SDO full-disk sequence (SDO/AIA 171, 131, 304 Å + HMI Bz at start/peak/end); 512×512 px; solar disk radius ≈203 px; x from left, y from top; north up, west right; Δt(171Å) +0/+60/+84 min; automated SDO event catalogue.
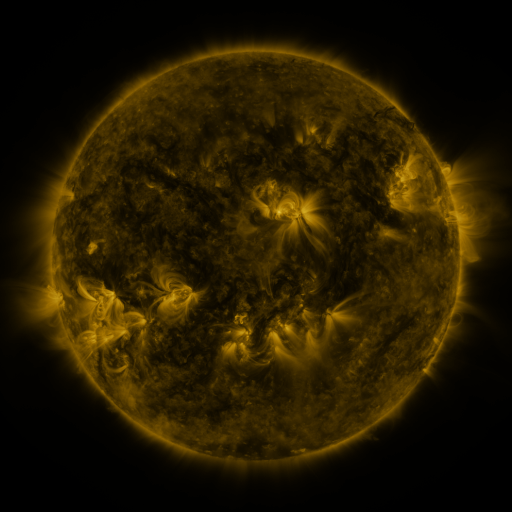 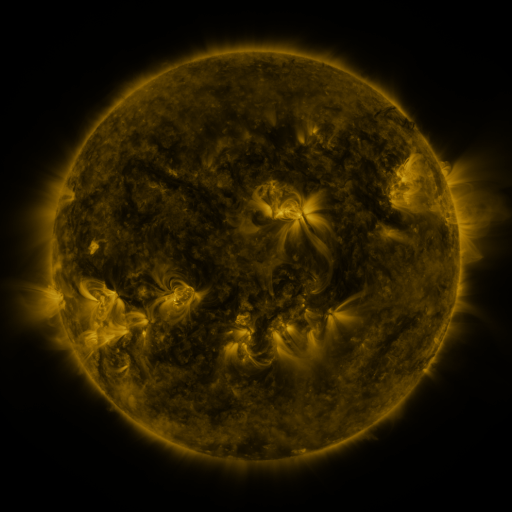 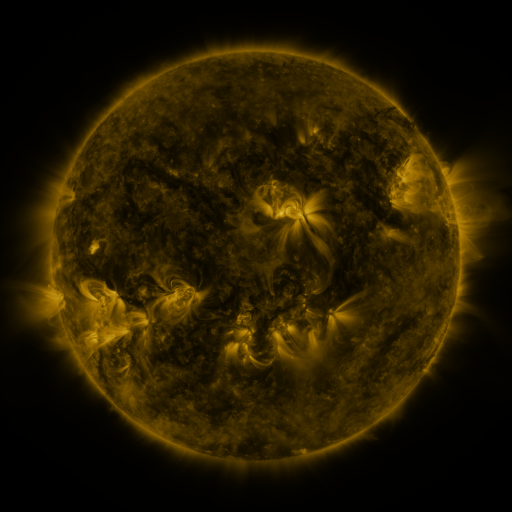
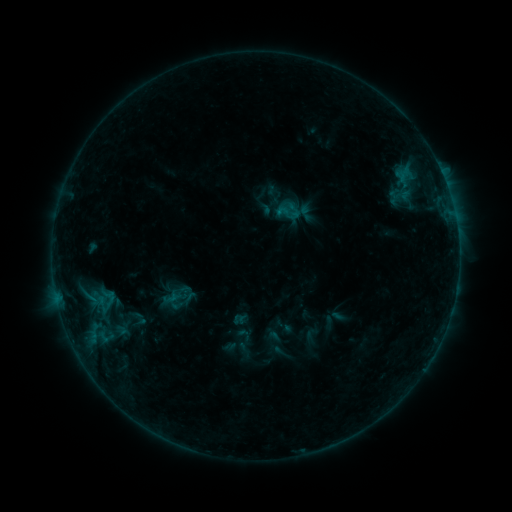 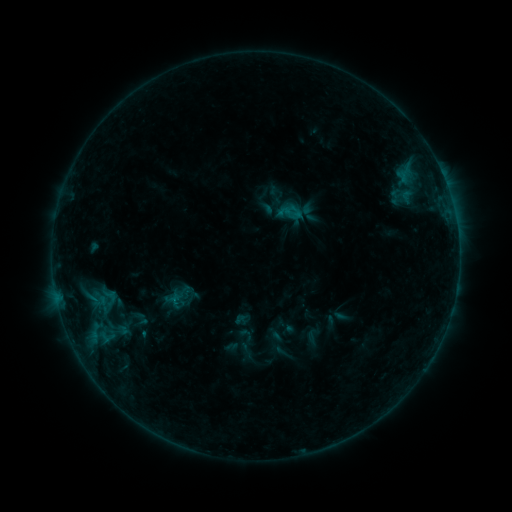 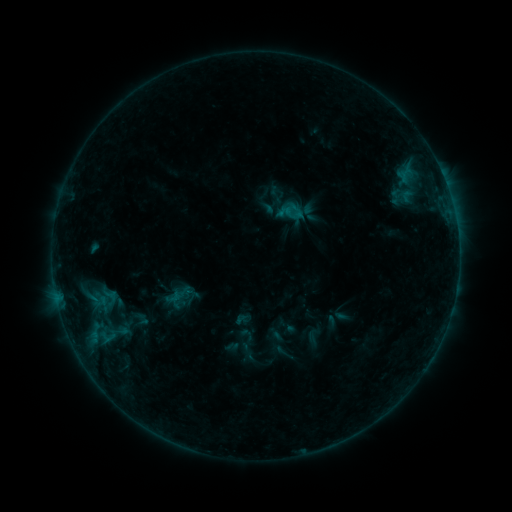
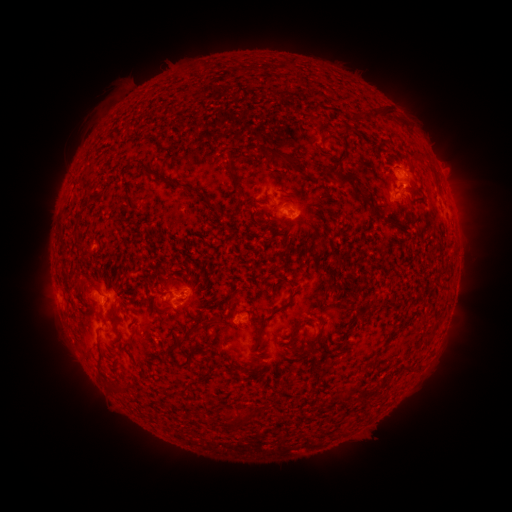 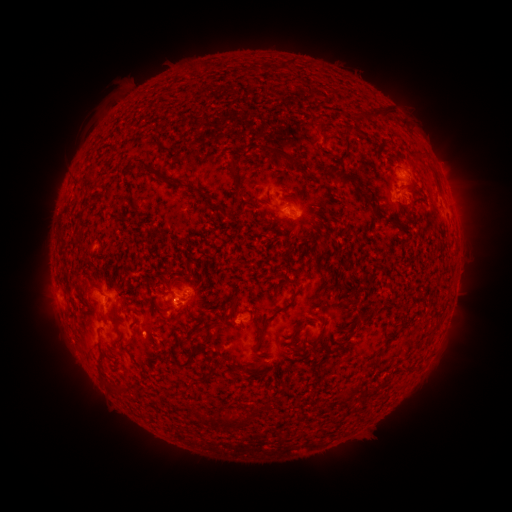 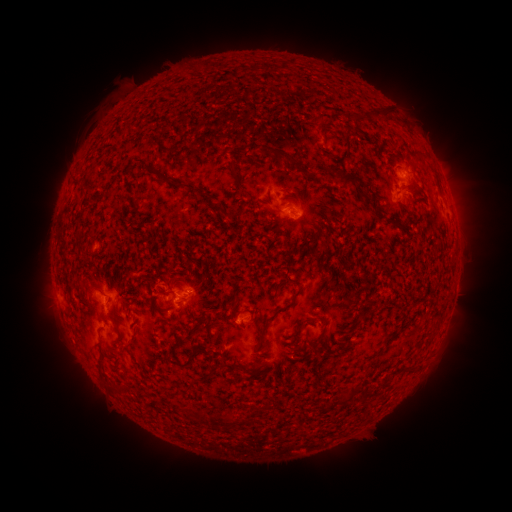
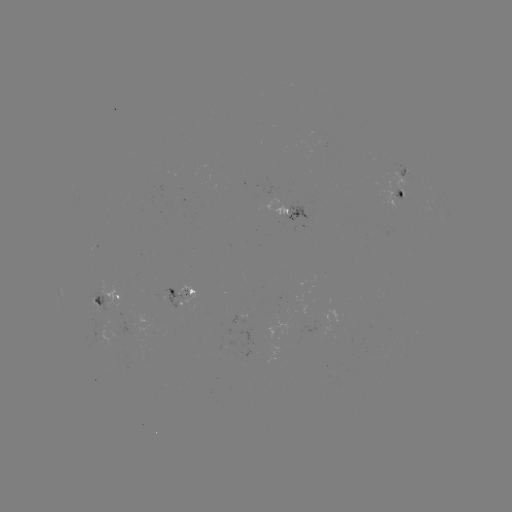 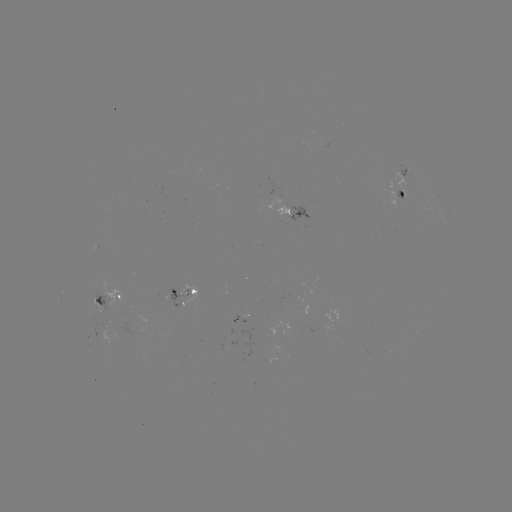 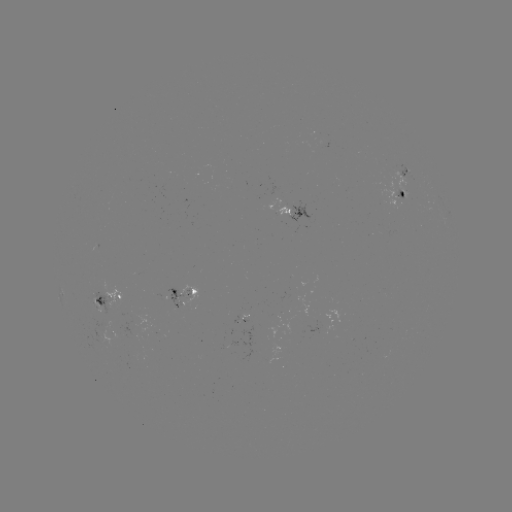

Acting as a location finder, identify emerging-flux region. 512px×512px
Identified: (273, 196).